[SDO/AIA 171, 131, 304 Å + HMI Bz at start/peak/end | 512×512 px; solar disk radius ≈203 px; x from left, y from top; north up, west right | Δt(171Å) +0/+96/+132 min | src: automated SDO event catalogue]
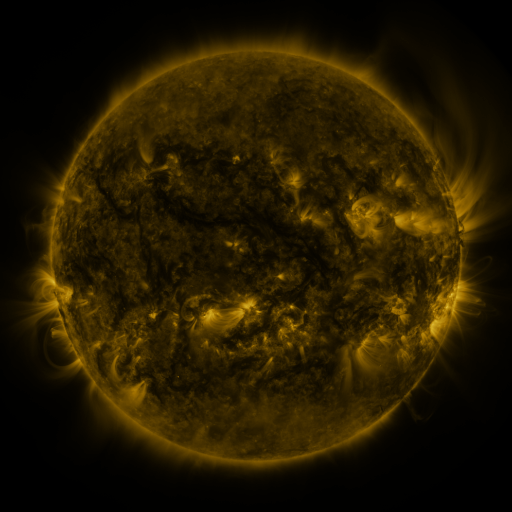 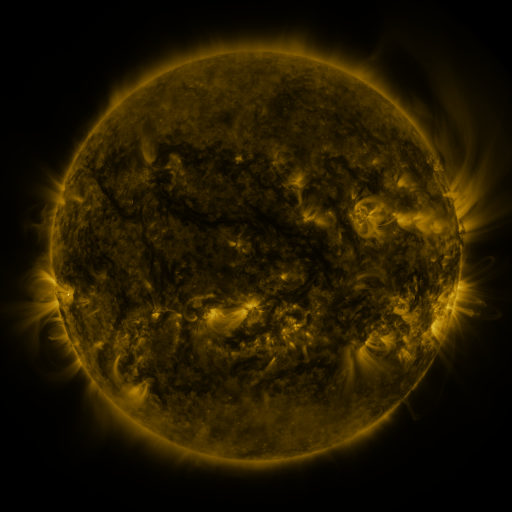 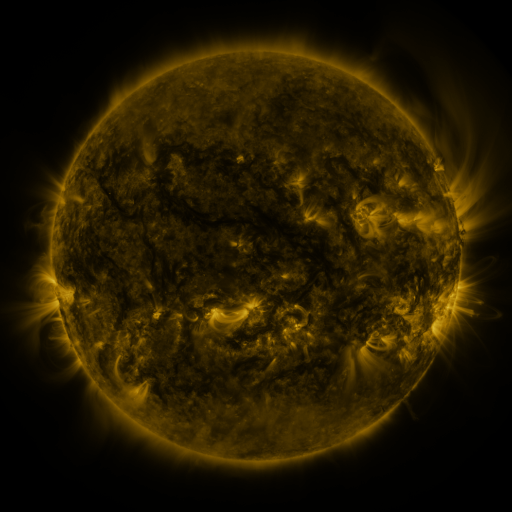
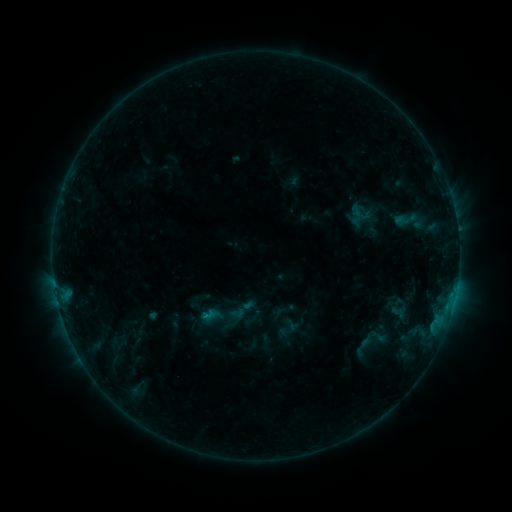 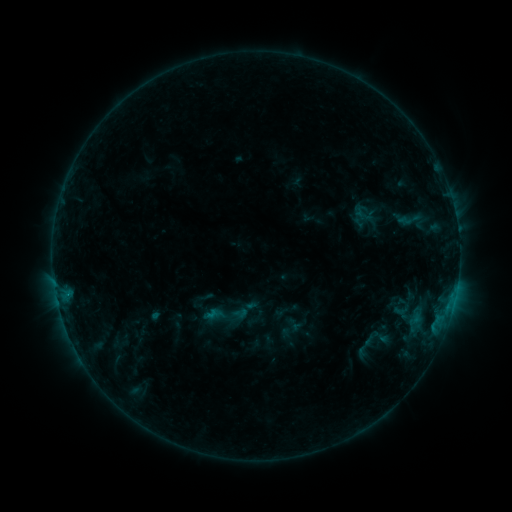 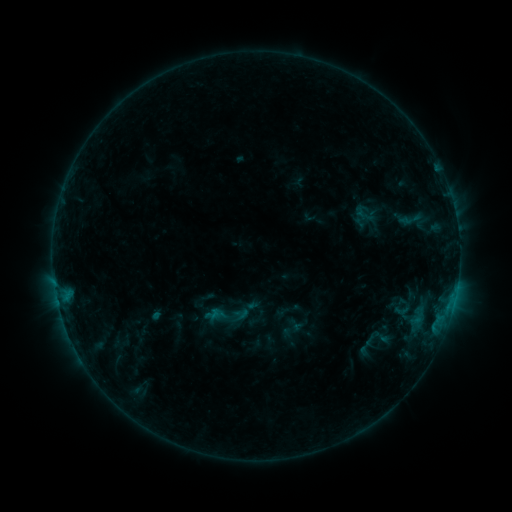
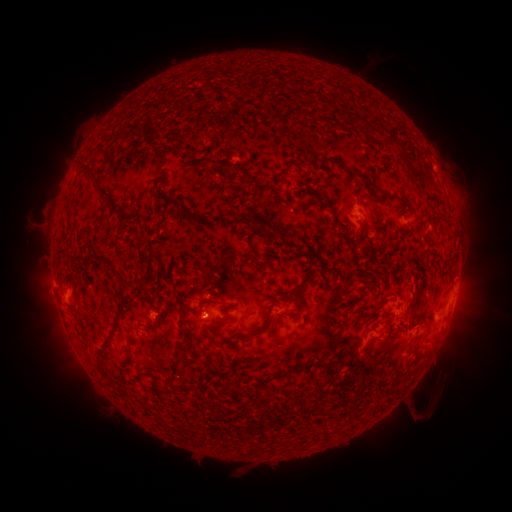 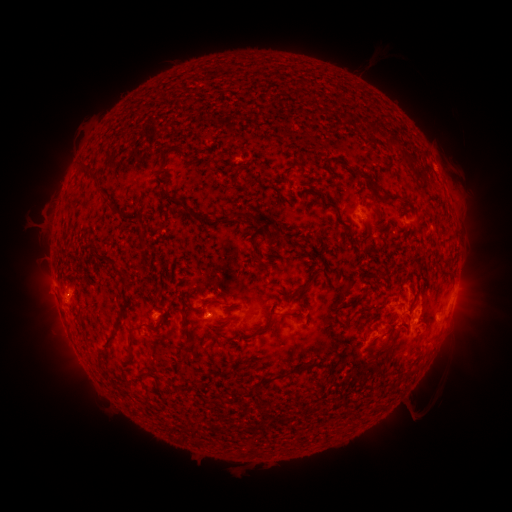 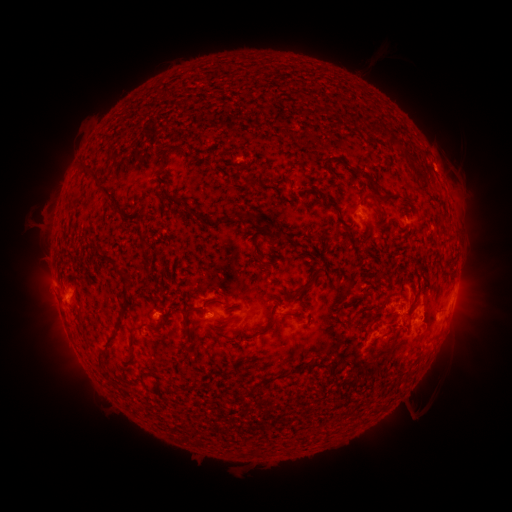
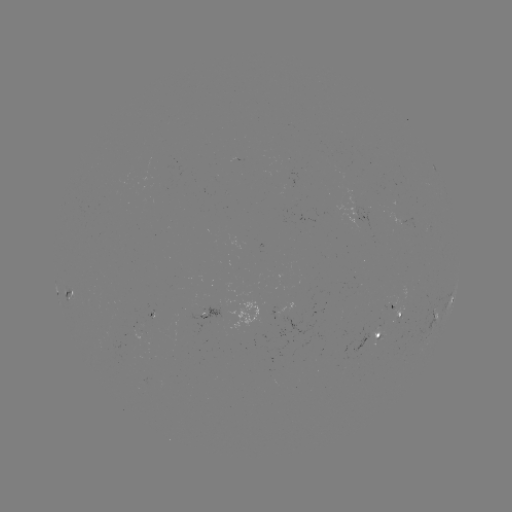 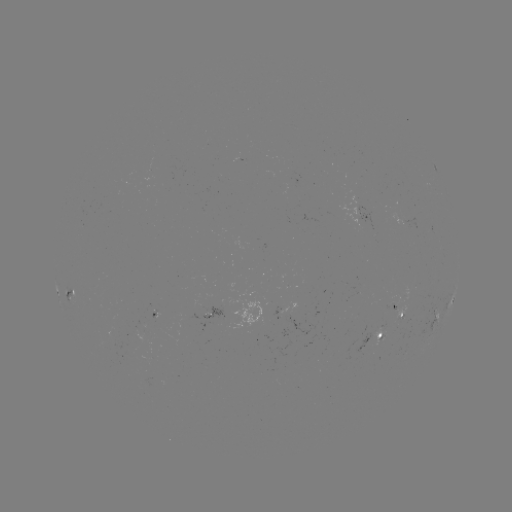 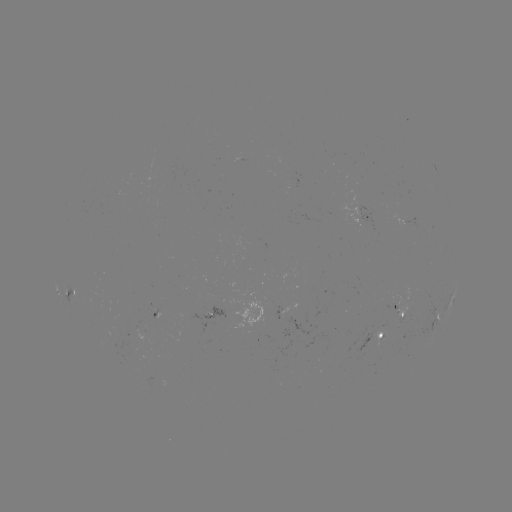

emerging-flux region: <bbox>284, 311, 315, 336</bbox>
